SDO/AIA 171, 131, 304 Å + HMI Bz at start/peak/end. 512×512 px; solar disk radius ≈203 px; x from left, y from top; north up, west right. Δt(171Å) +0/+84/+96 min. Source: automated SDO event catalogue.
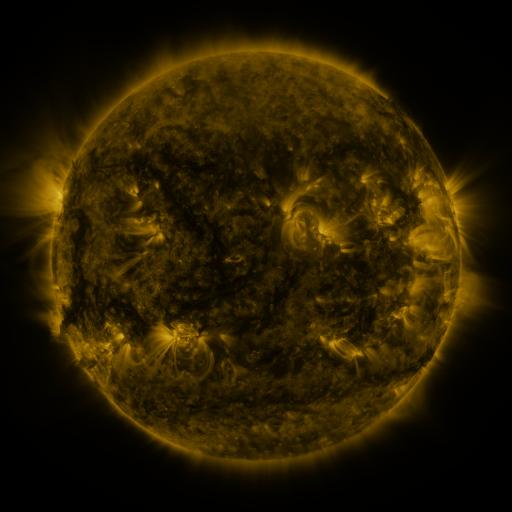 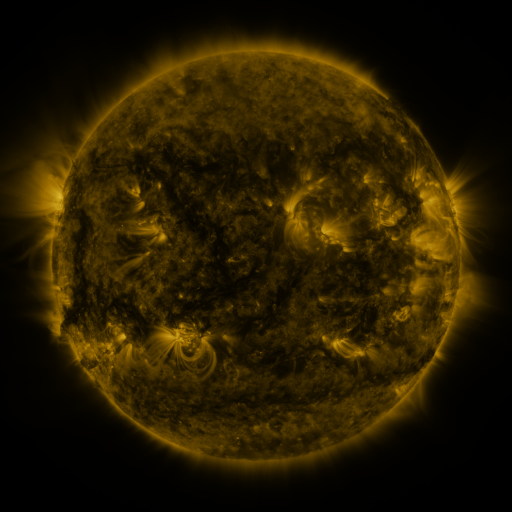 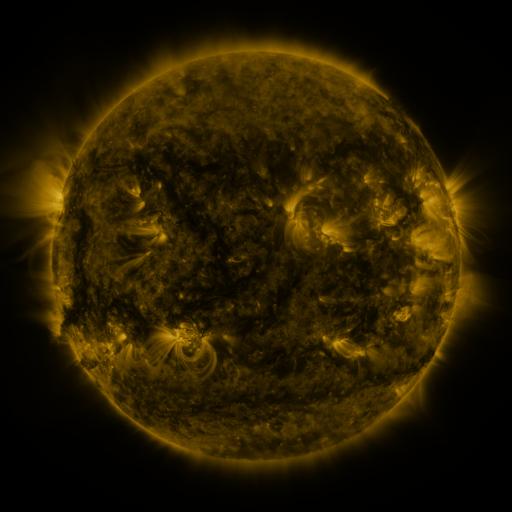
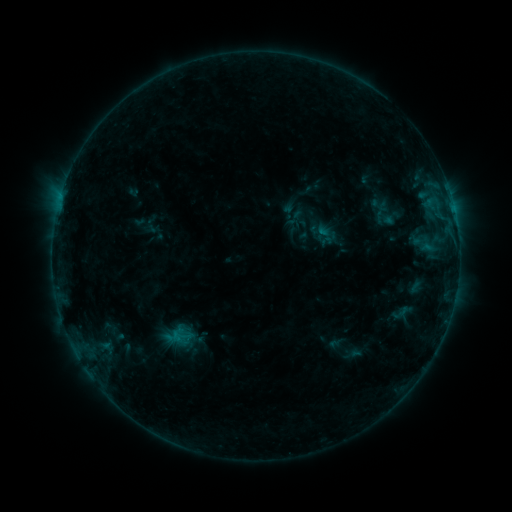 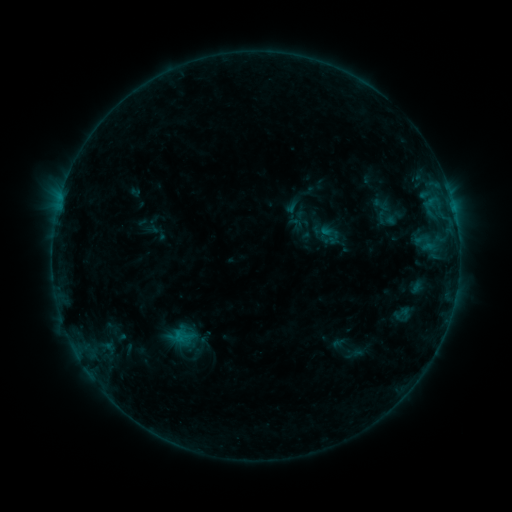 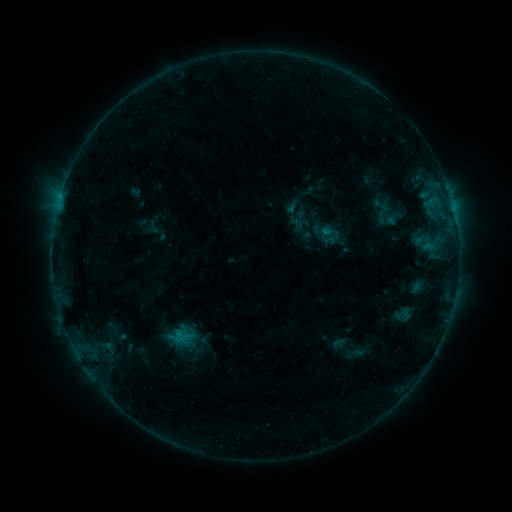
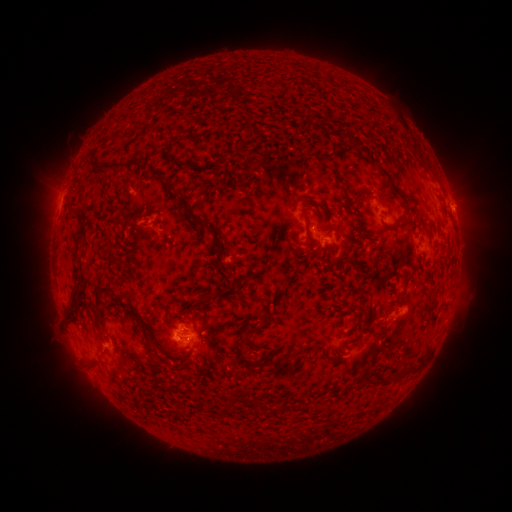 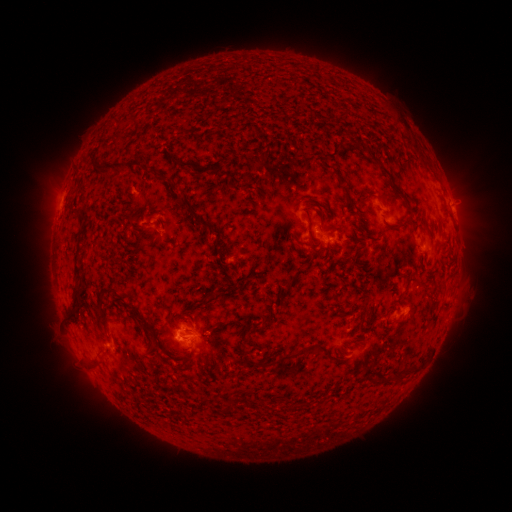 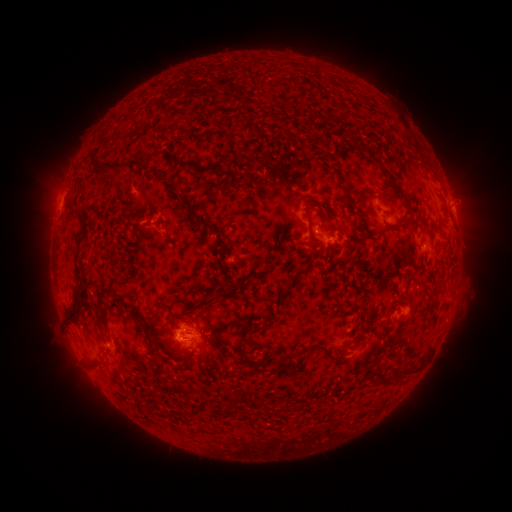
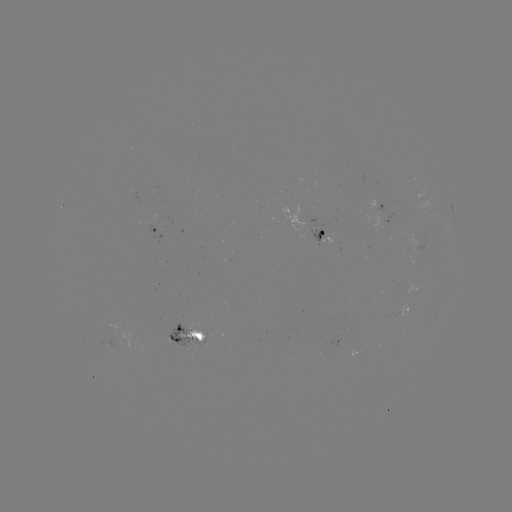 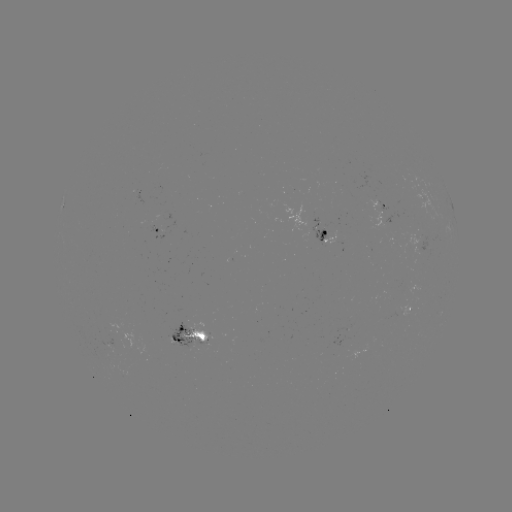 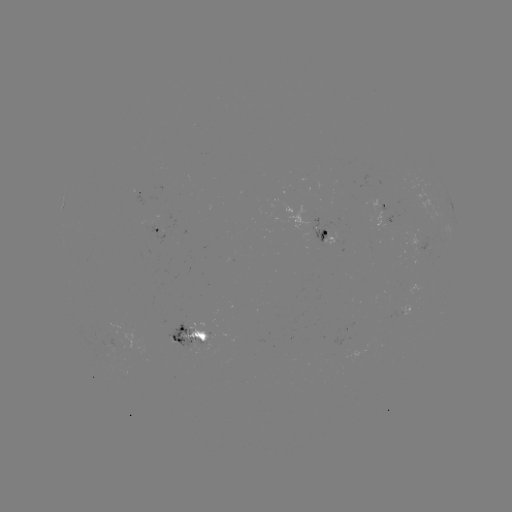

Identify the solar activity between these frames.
emerging-flux region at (191, 329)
